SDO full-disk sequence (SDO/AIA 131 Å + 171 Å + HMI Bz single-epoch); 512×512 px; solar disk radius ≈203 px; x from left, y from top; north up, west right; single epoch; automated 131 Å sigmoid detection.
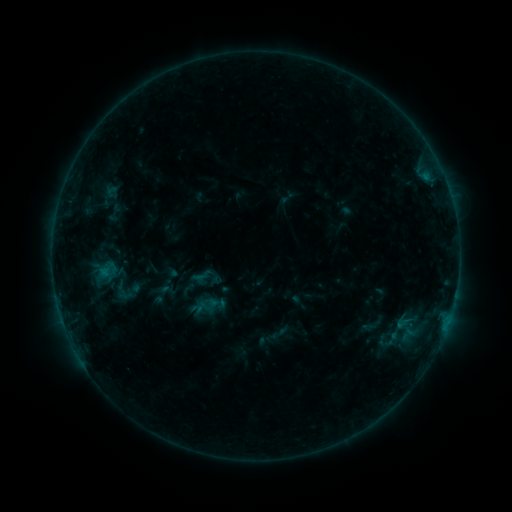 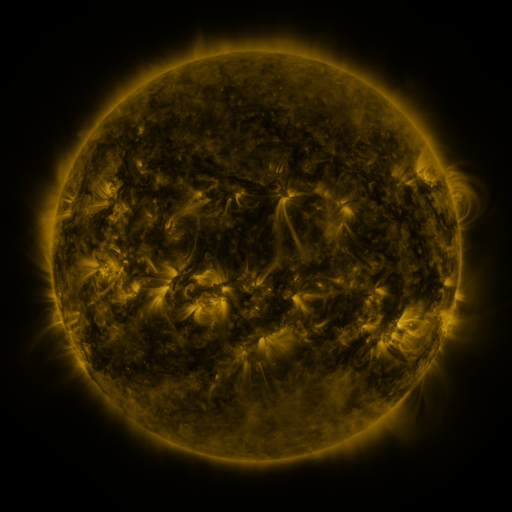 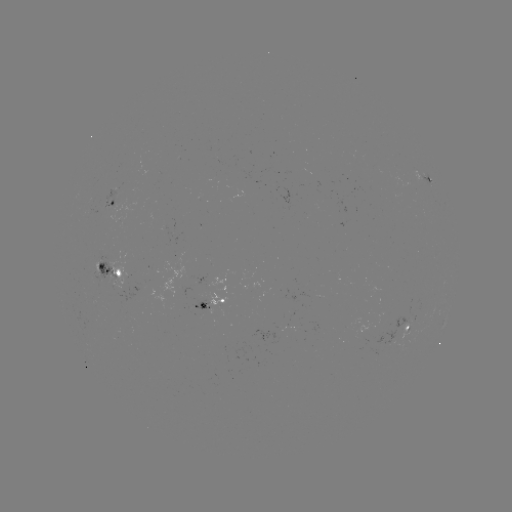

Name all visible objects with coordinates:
sigmoid: (108, 270)
sigmoid: (123, 291)
